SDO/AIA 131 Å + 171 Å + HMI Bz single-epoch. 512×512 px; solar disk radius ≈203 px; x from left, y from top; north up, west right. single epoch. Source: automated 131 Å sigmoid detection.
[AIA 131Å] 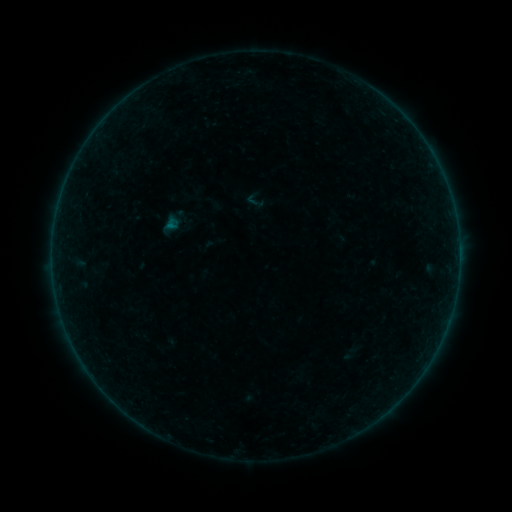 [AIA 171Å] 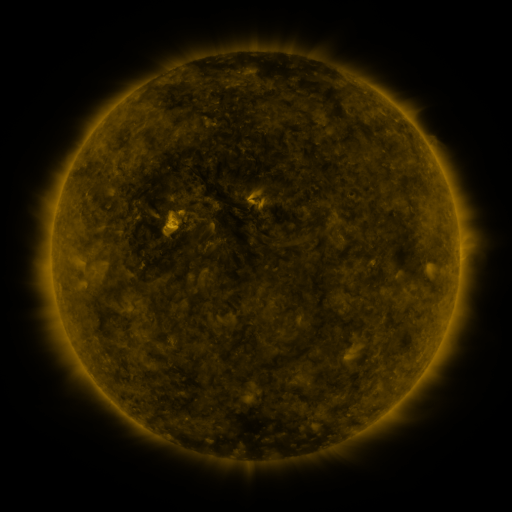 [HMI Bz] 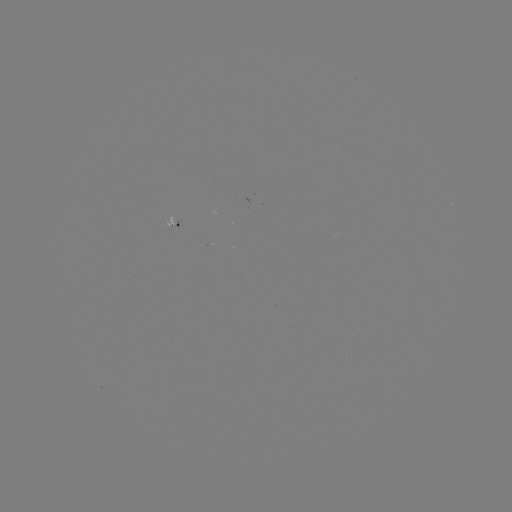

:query sigmoid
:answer [255, 200]